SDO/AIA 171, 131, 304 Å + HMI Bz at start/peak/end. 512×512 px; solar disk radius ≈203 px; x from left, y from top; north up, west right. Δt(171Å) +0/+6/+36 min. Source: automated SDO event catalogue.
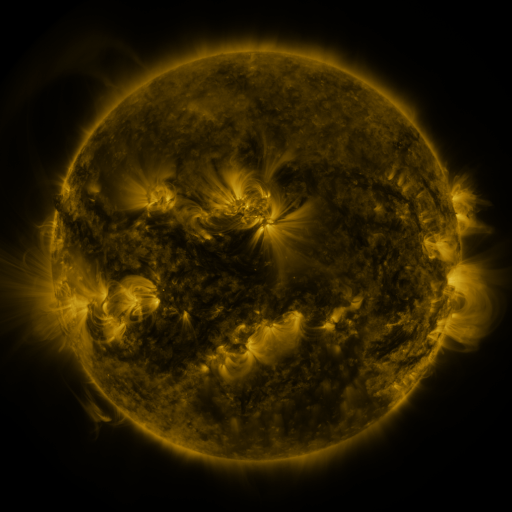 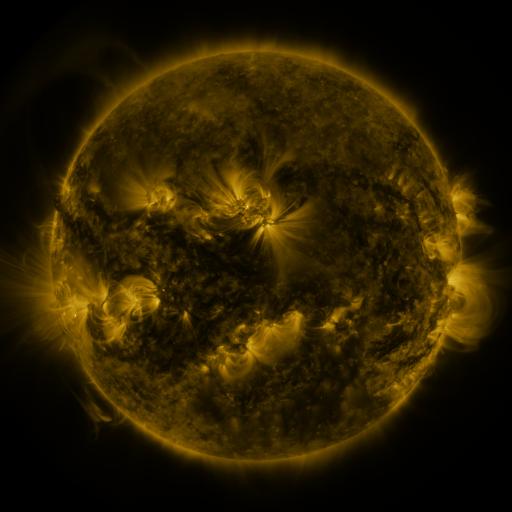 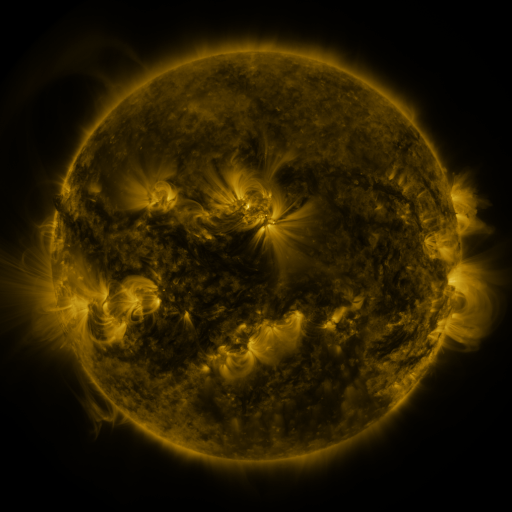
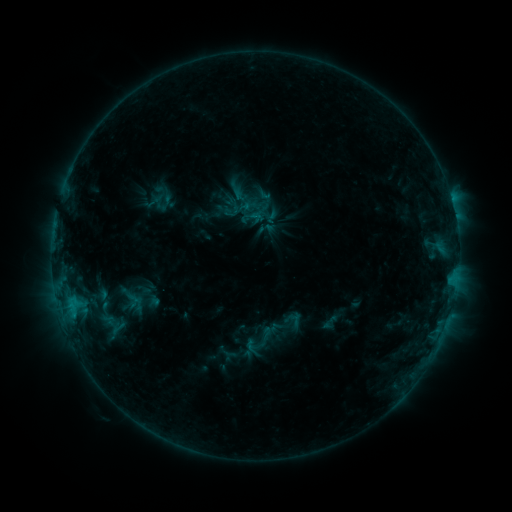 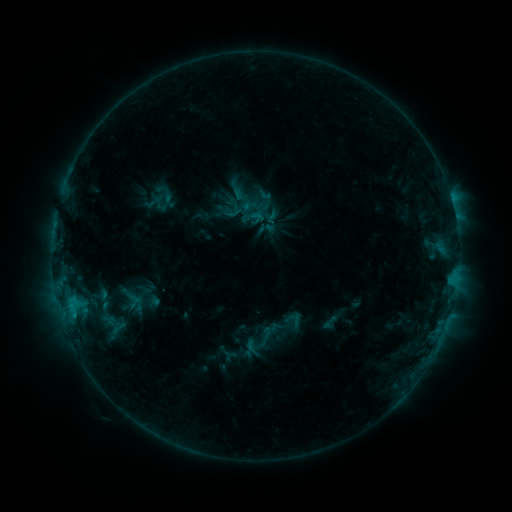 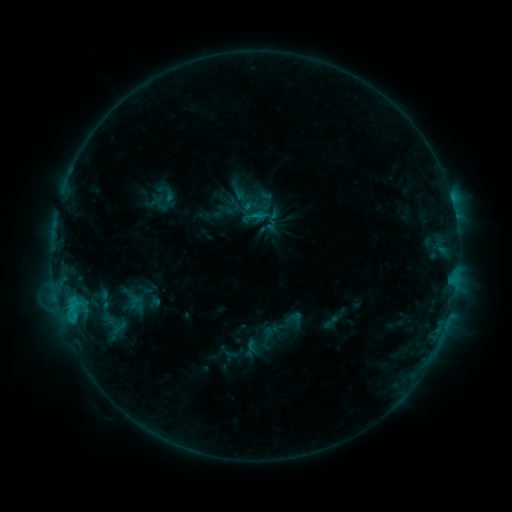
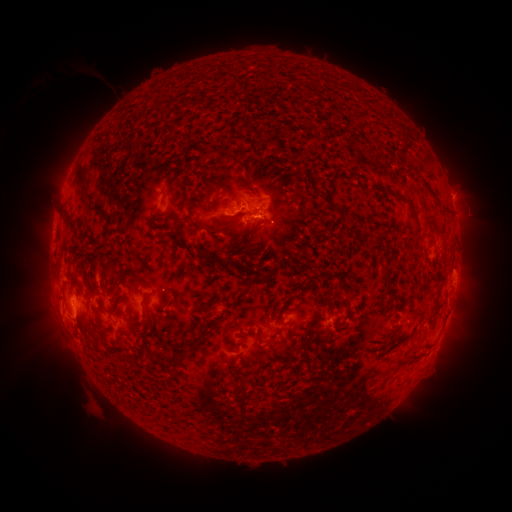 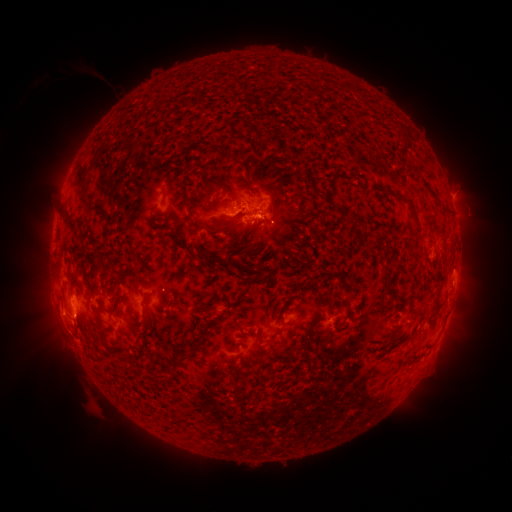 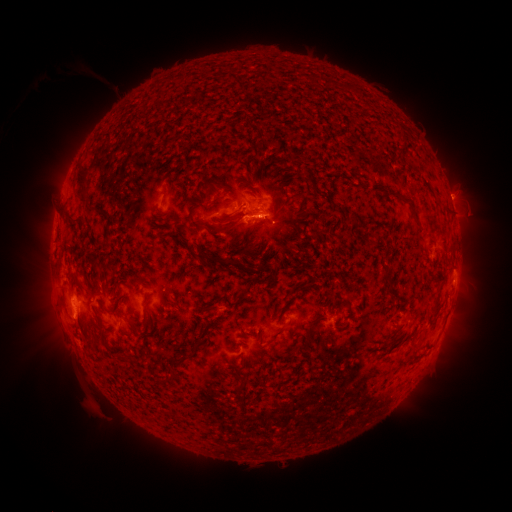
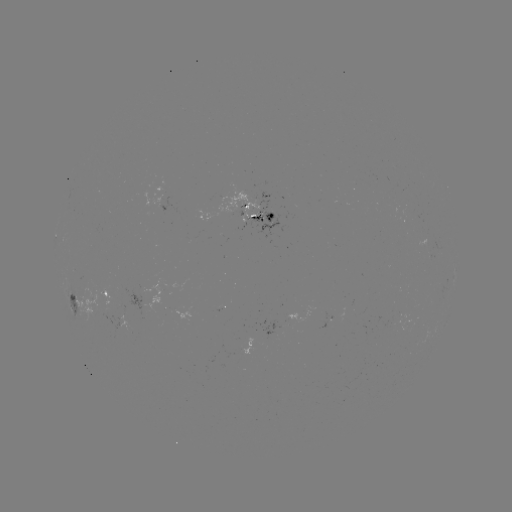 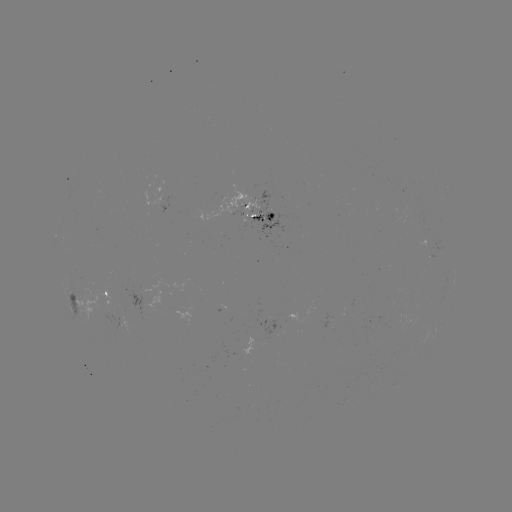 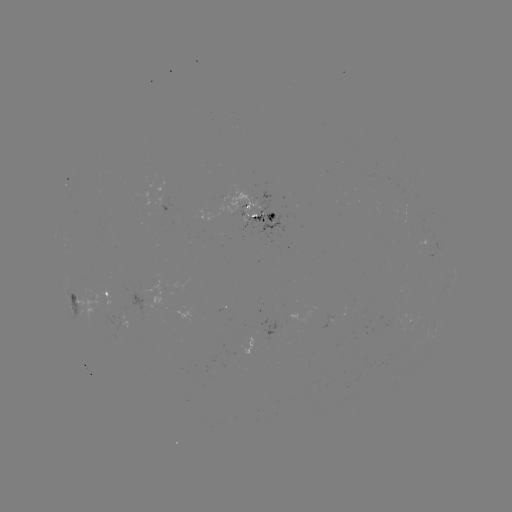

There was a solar flare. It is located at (75, 316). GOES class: C2.1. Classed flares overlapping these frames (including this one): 1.